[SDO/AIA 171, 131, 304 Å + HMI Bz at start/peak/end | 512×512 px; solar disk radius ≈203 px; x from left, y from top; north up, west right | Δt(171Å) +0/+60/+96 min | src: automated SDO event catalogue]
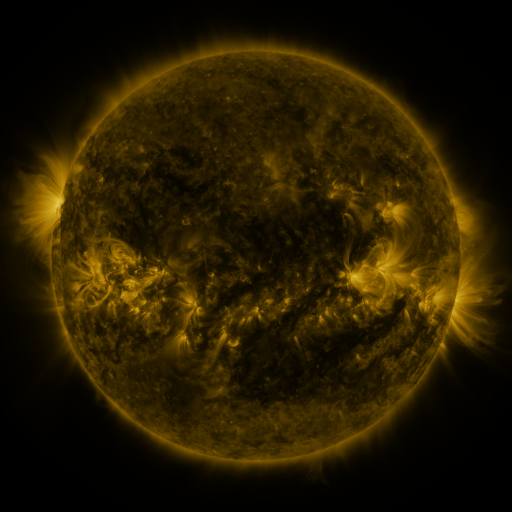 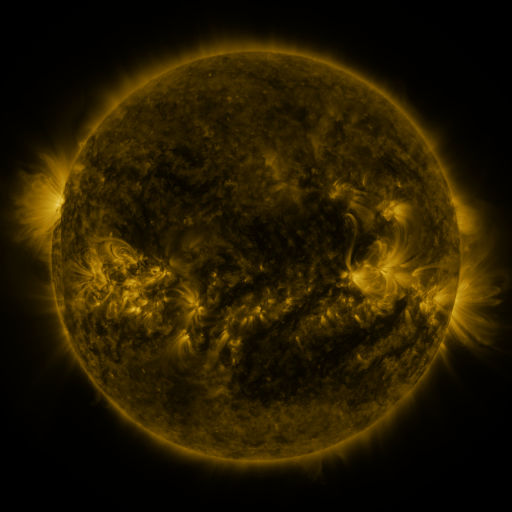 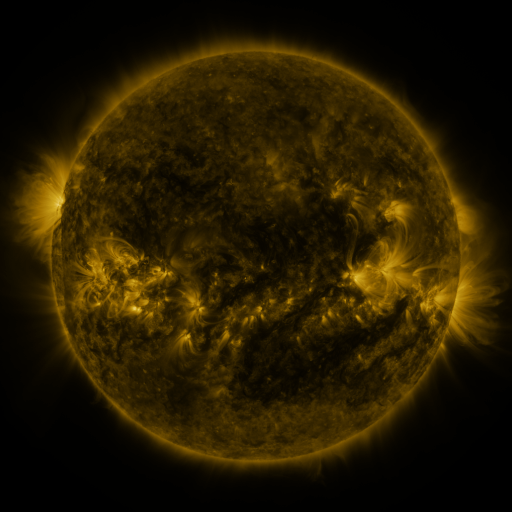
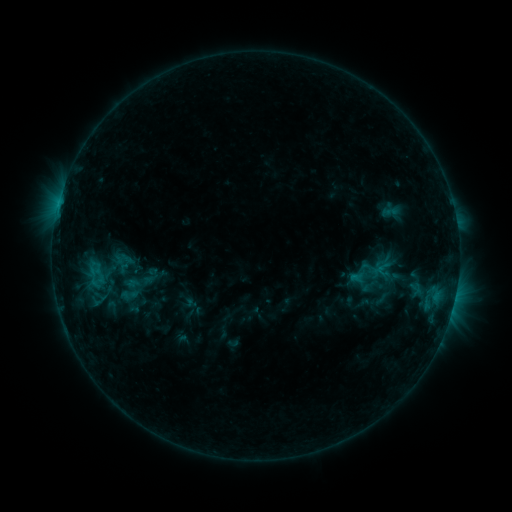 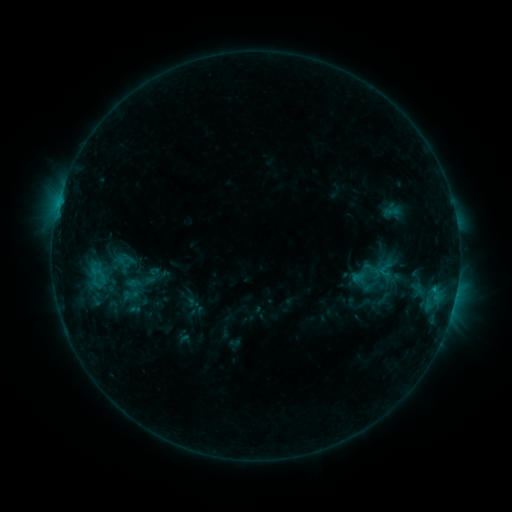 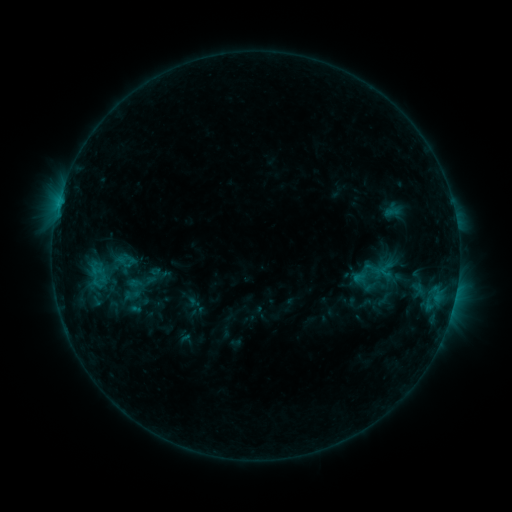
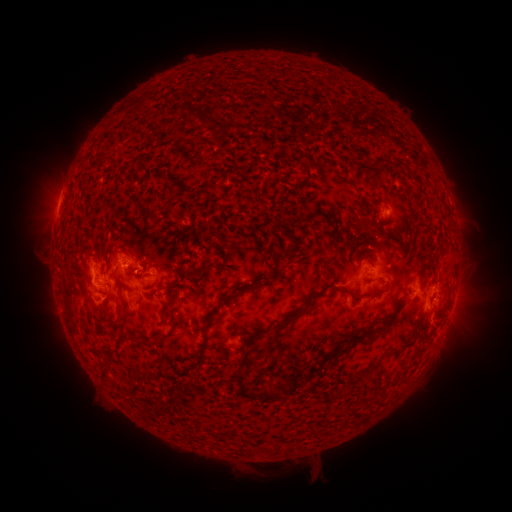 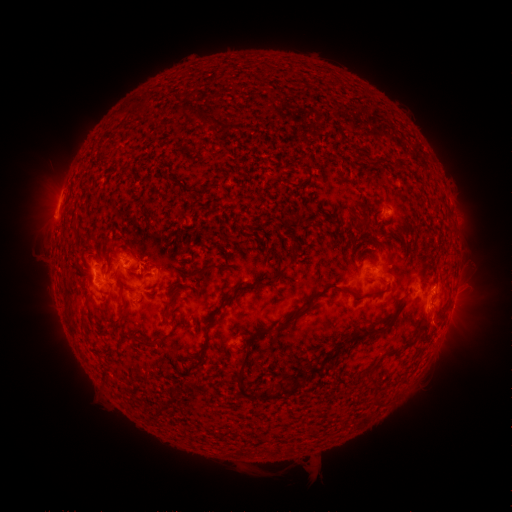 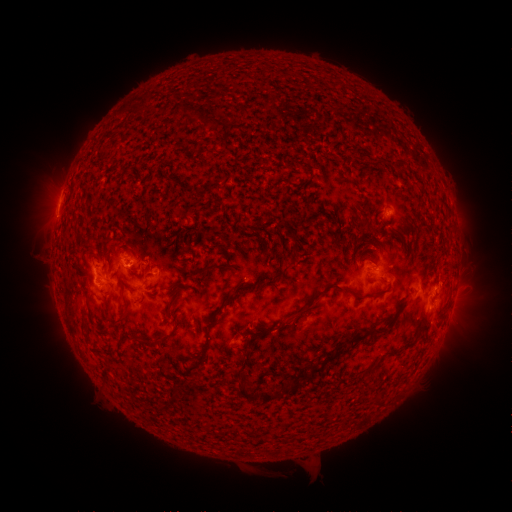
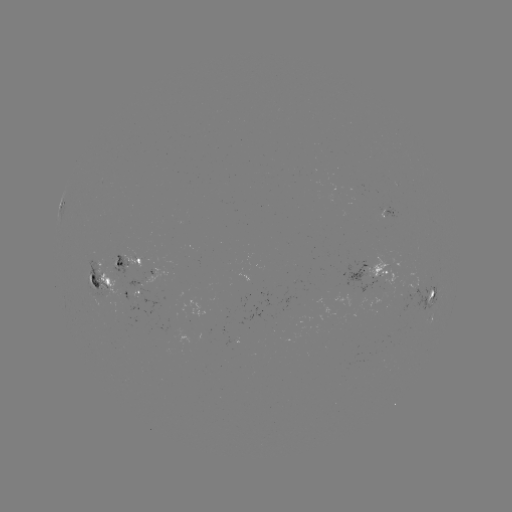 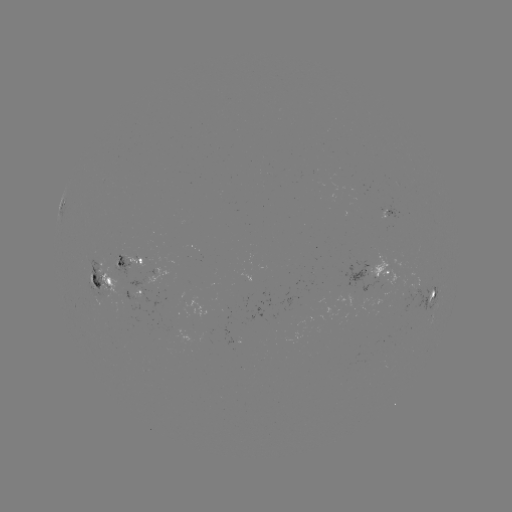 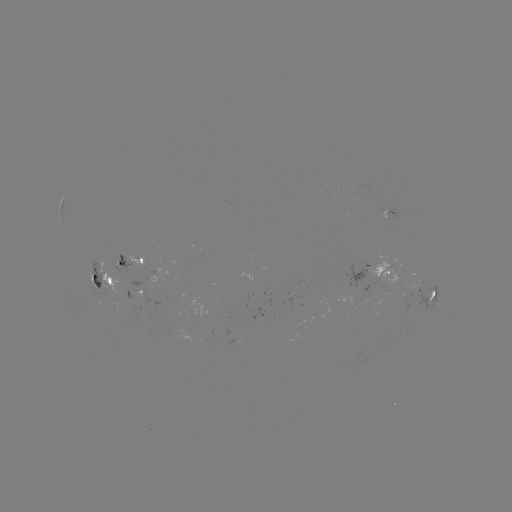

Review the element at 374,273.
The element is emerging-flux region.